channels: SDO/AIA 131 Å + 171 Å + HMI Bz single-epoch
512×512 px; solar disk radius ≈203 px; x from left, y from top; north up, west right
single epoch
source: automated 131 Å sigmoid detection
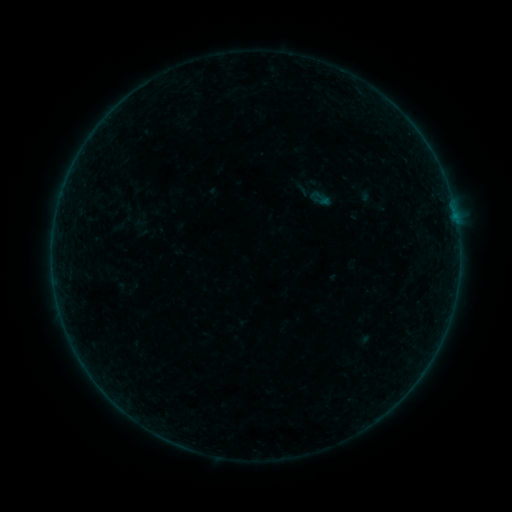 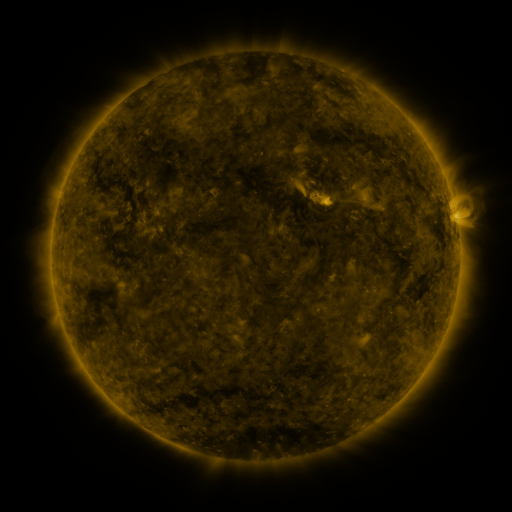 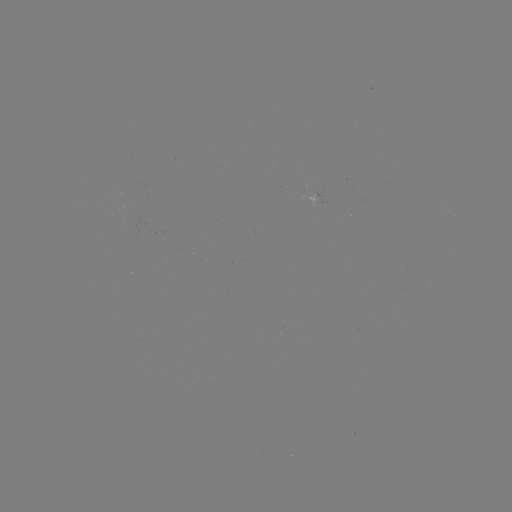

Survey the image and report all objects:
sigmoid: (312, 189, 333, 208)
